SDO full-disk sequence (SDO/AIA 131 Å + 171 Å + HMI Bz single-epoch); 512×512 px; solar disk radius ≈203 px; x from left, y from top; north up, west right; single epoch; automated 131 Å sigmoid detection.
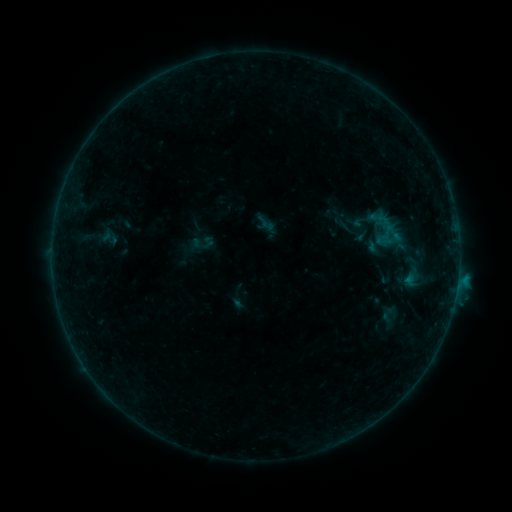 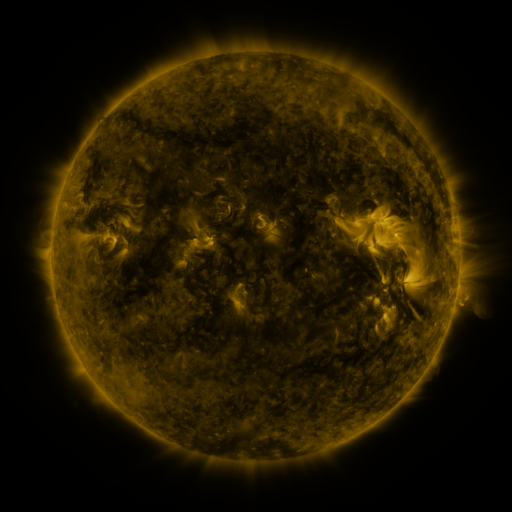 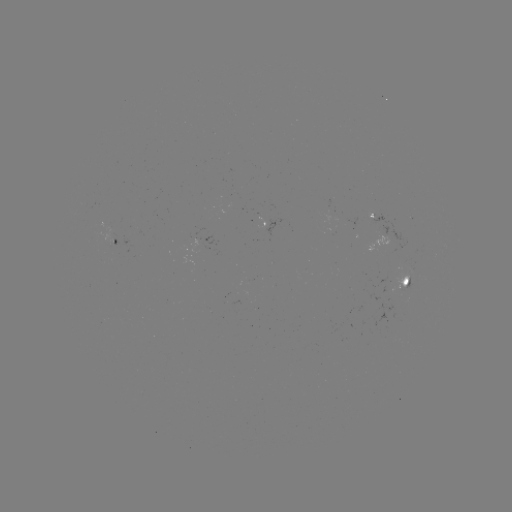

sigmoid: (378, 306, 398, 326)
